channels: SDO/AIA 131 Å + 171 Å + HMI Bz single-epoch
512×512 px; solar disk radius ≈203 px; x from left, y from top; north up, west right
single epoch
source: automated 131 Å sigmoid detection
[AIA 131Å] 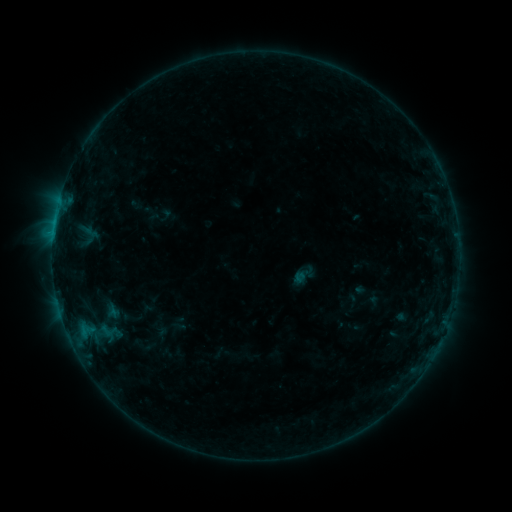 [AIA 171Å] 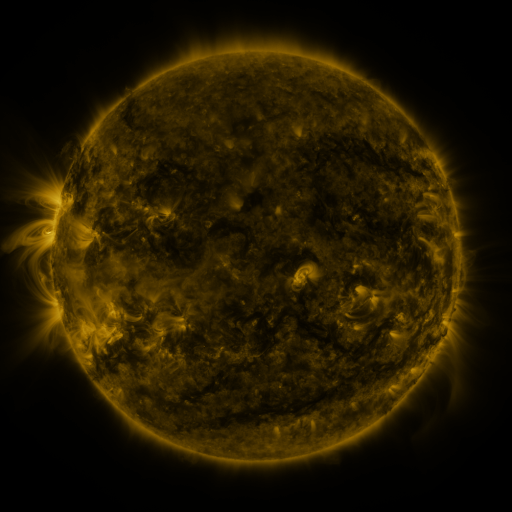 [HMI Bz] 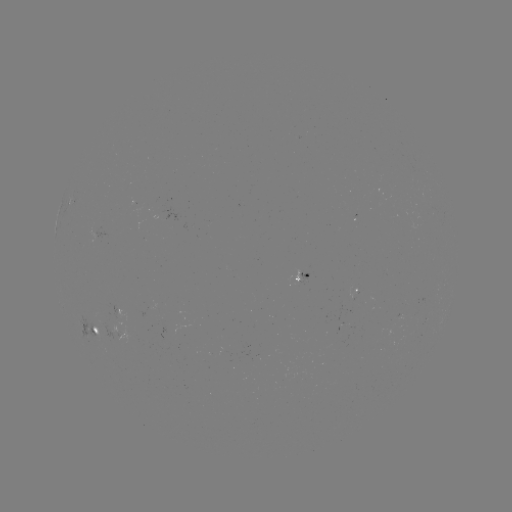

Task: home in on sigmoid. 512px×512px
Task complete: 110,332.